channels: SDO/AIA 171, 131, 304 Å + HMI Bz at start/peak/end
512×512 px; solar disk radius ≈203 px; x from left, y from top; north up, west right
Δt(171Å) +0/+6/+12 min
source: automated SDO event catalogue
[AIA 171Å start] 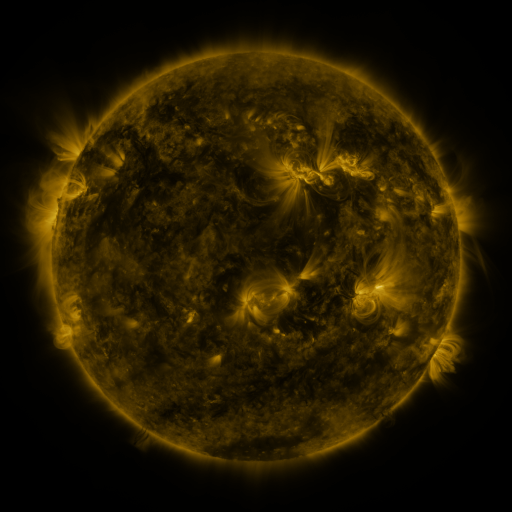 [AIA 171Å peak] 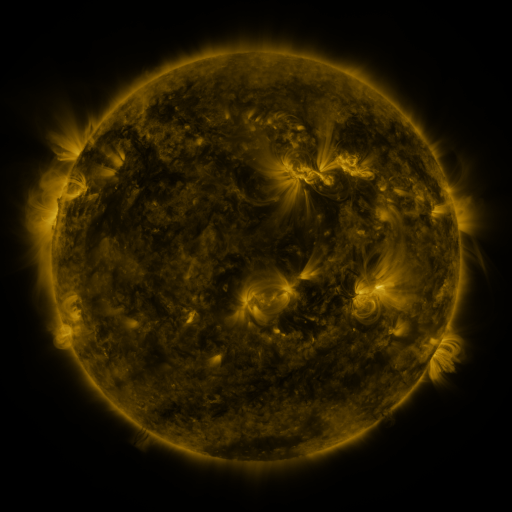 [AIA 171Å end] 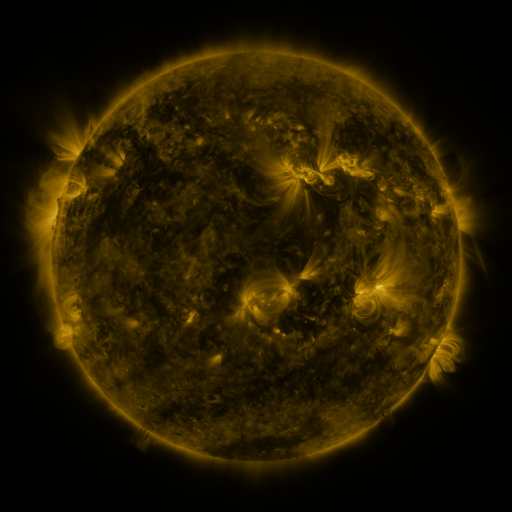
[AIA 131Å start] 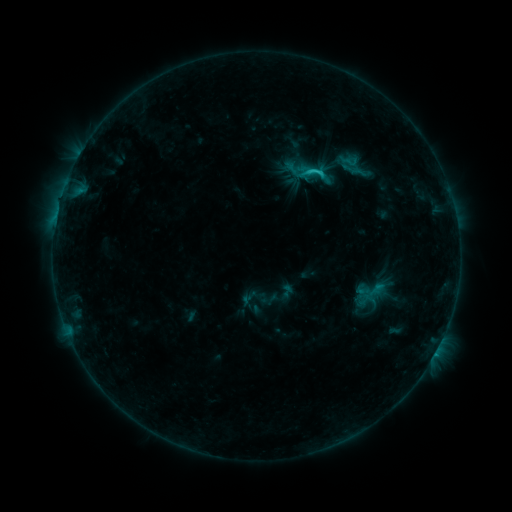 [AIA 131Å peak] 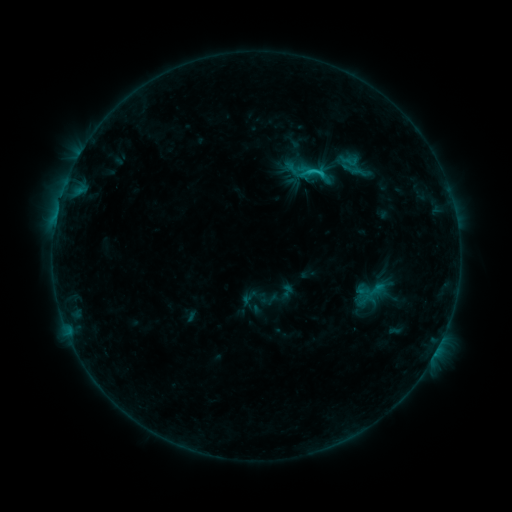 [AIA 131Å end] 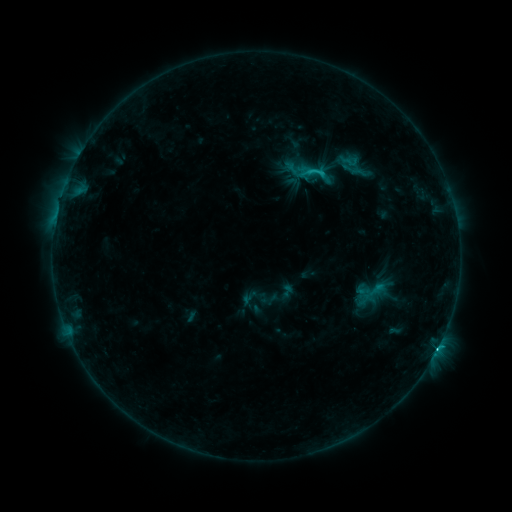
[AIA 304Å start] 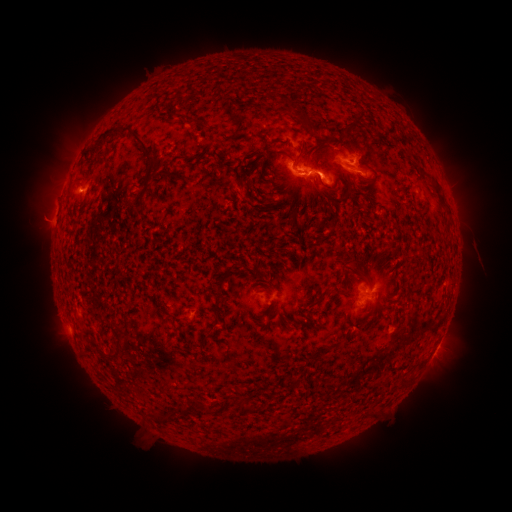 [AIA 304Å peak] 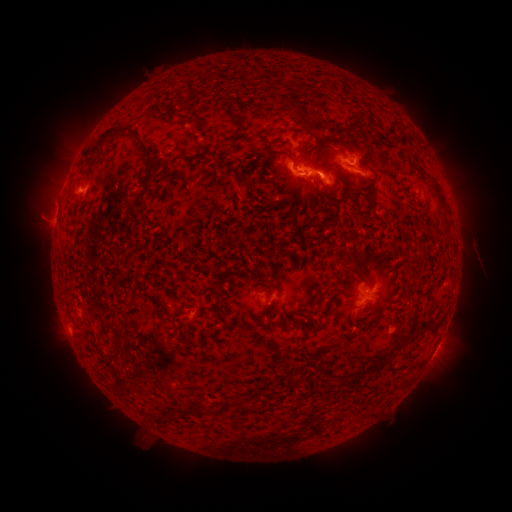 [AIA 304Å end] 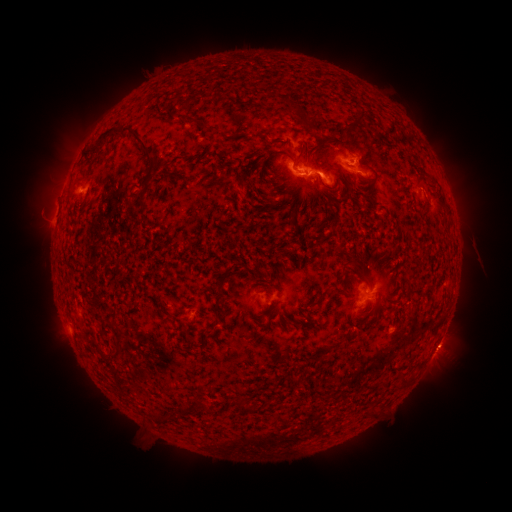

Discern eruption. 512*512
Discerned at [444, 189].